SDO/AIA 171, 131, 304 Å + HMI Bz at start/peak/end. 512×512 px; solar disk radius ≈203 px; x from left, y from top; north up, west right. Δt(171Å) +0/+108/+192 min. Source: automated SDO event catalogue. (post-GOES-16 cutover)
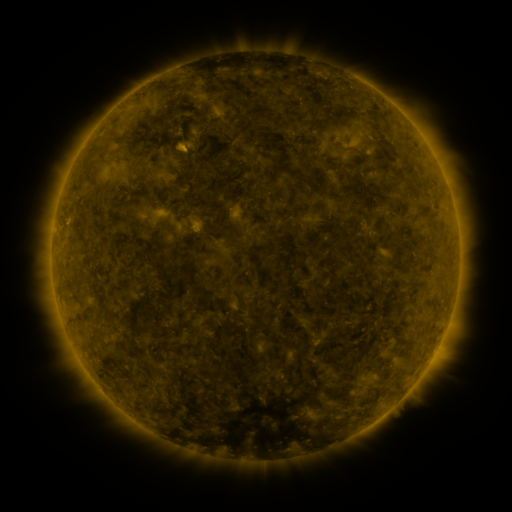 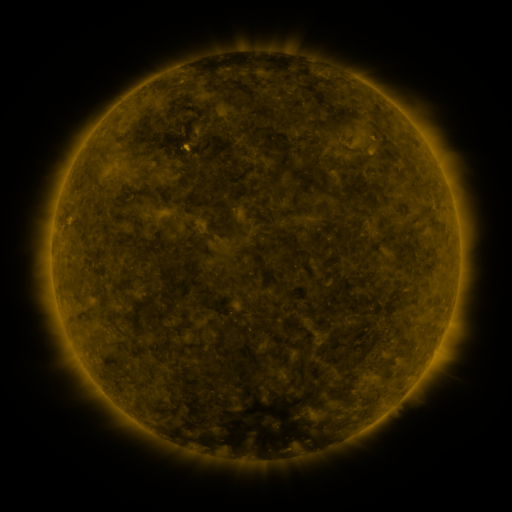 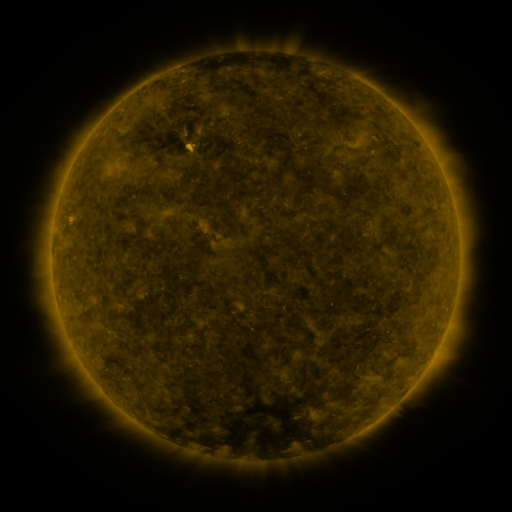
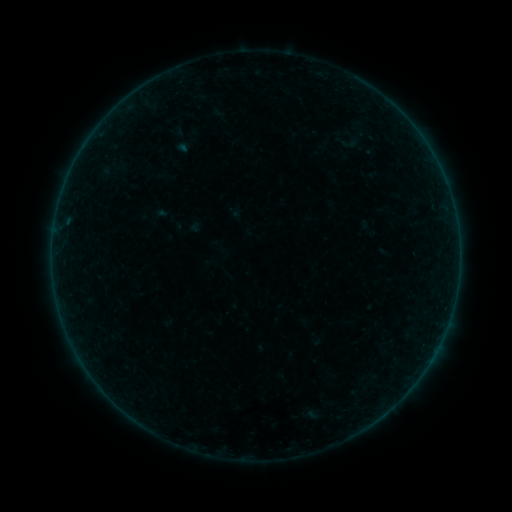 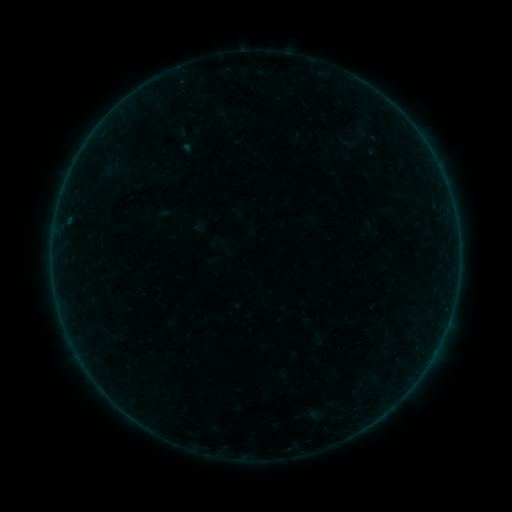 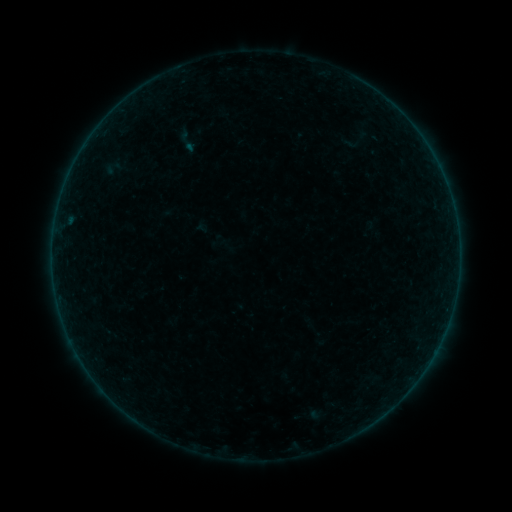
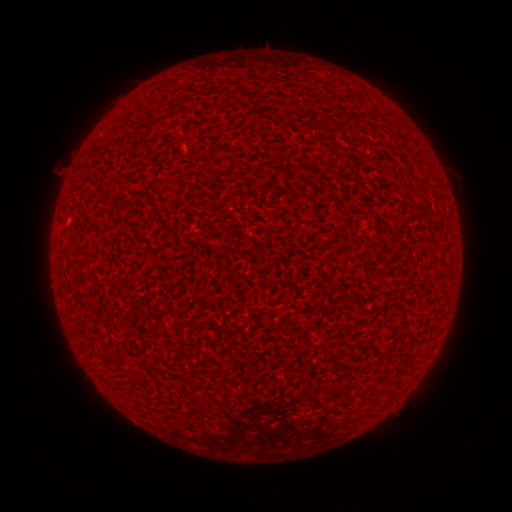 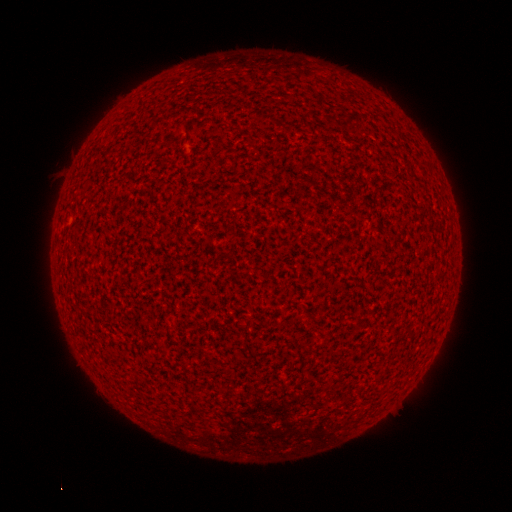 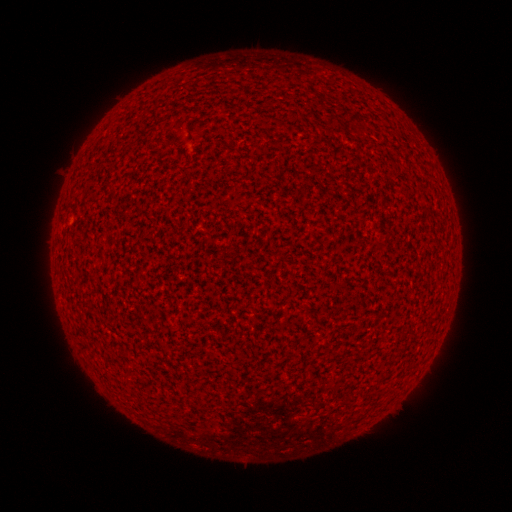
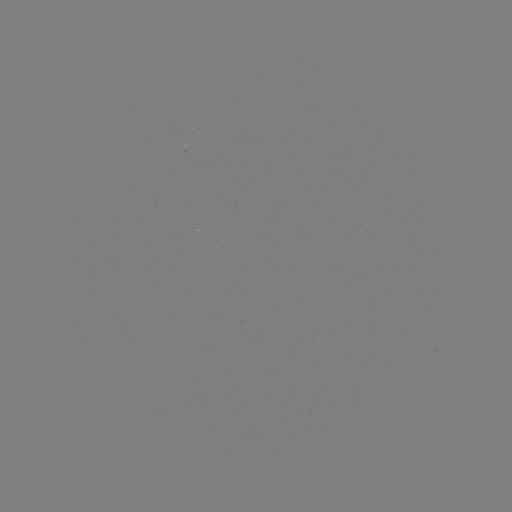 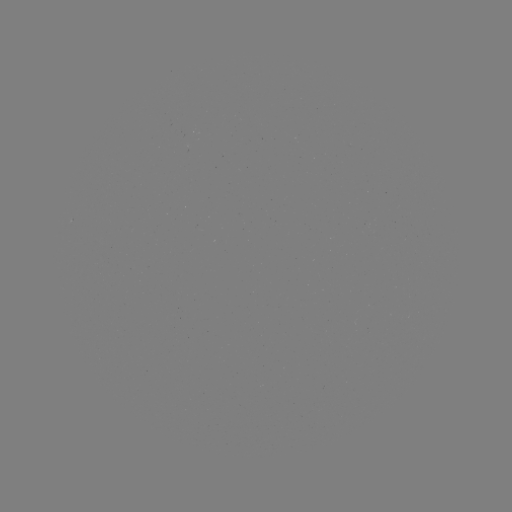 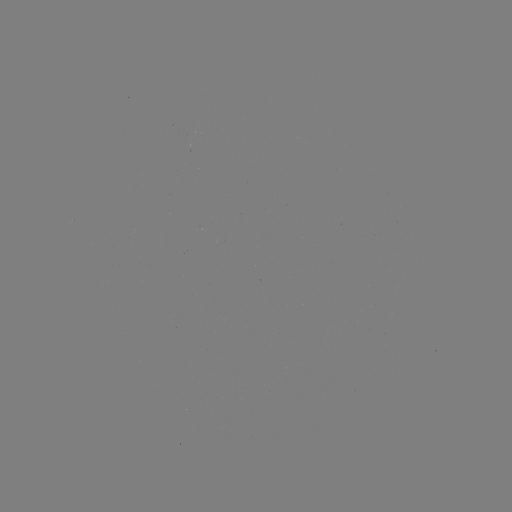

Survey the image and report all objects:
A1.6 flare: (189, 149)
